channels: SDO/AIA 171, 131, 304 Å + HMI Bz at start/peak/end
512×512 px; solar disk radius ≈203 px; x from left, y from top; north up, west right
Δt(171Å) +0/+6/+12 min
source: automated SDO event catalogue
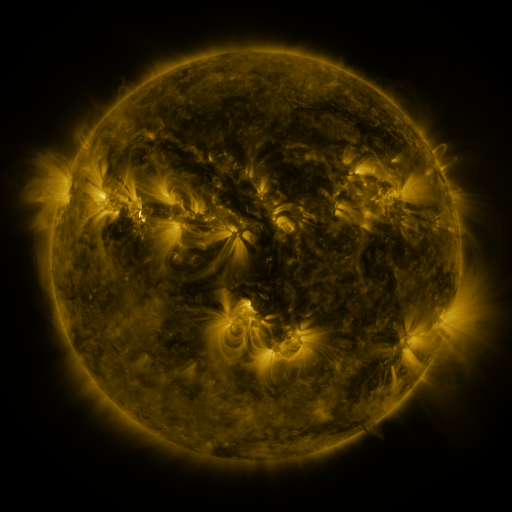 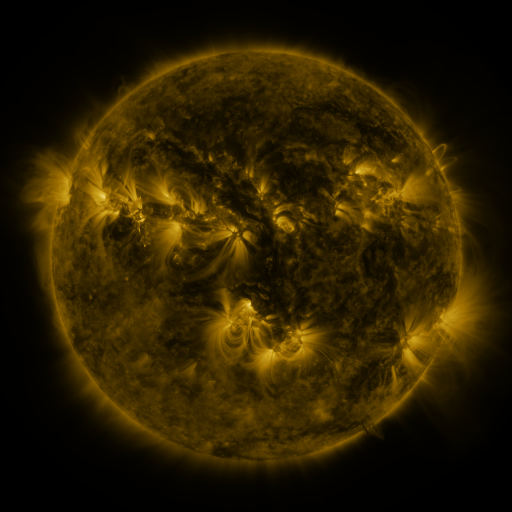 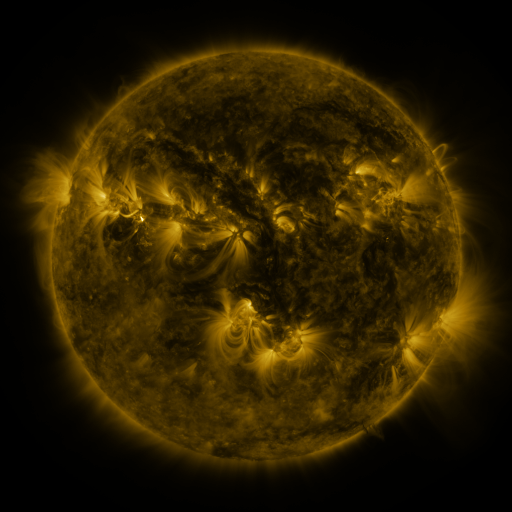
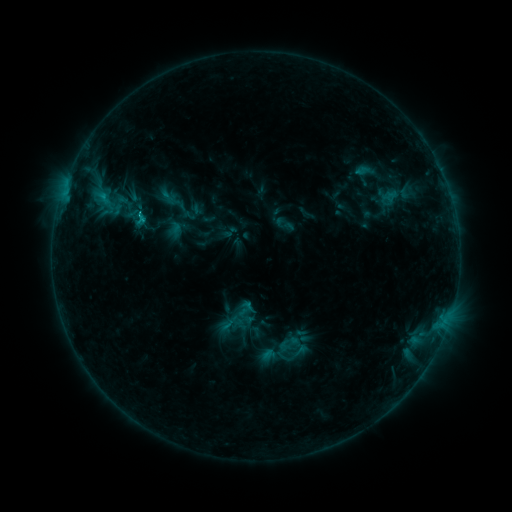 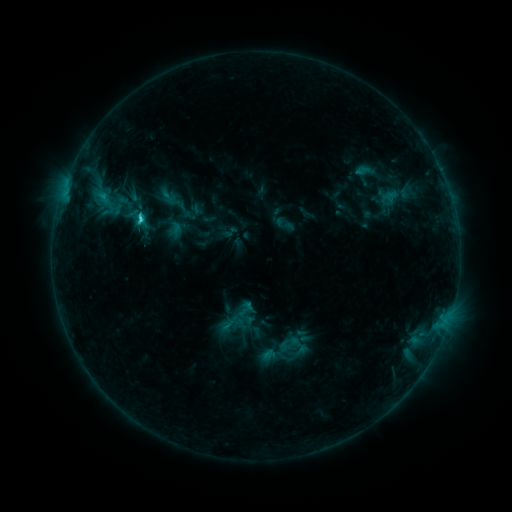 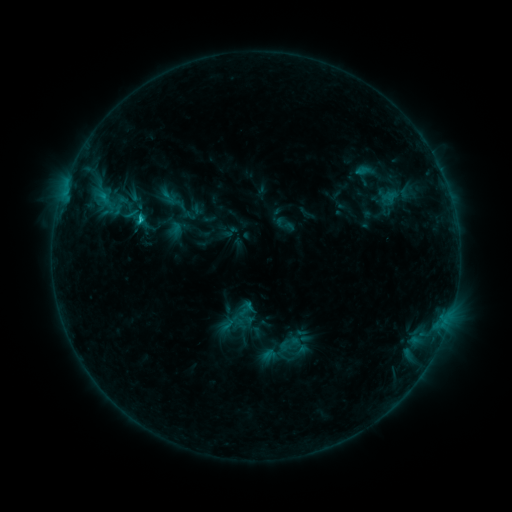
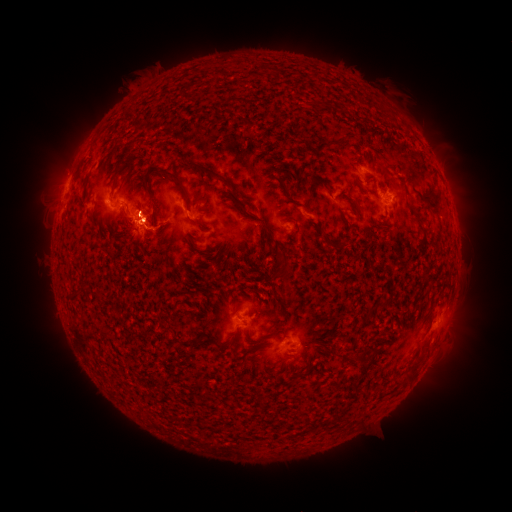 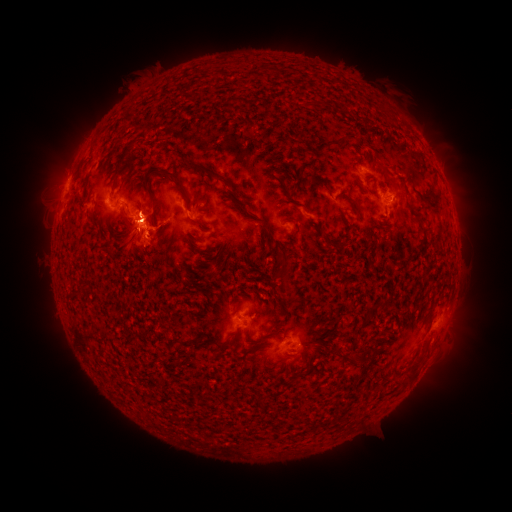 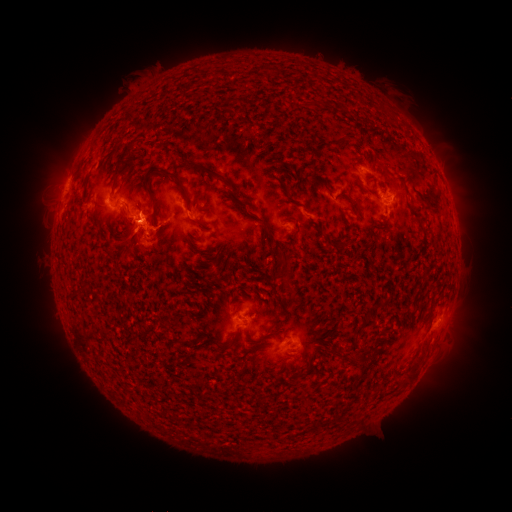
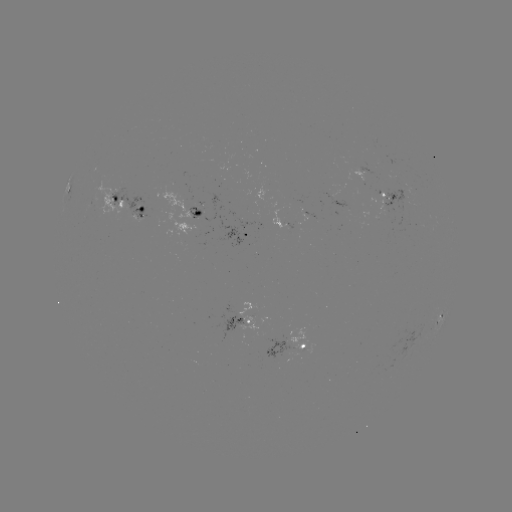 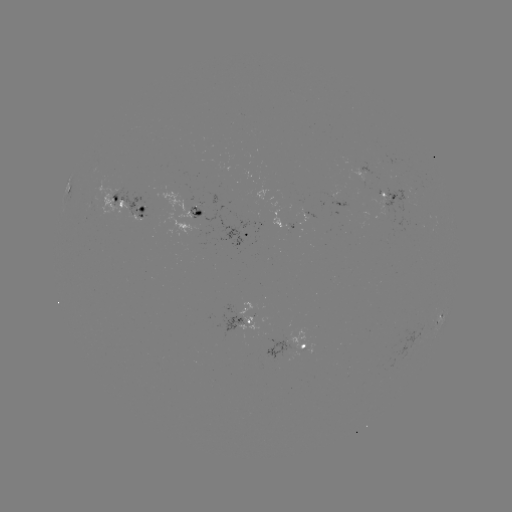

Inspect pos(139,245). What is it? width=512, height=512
eruption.